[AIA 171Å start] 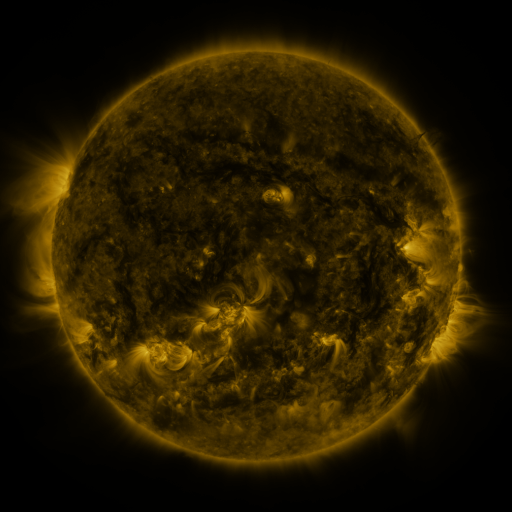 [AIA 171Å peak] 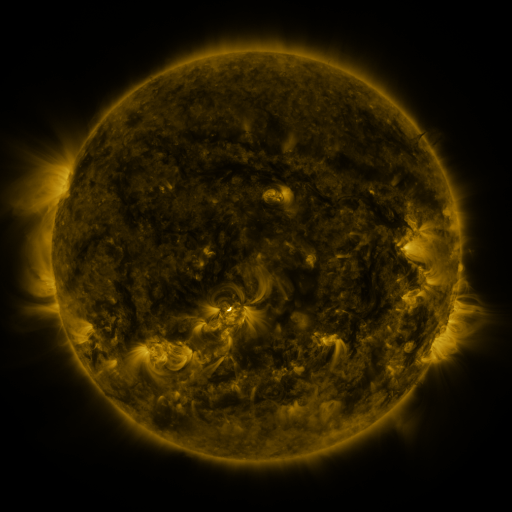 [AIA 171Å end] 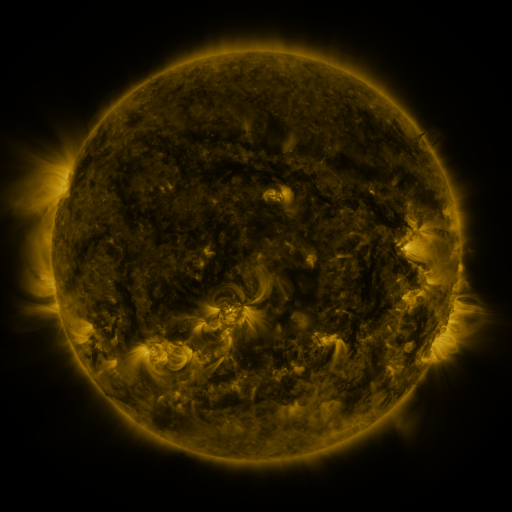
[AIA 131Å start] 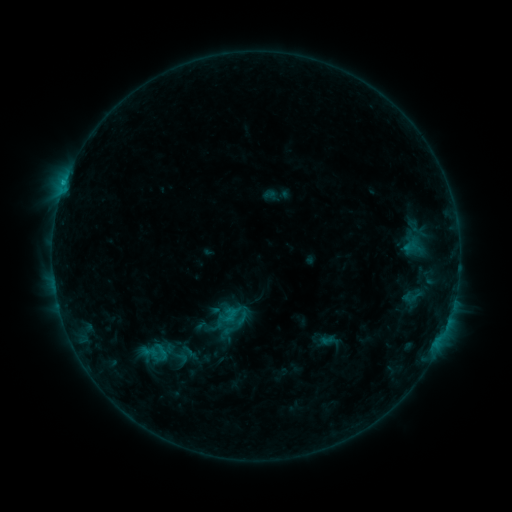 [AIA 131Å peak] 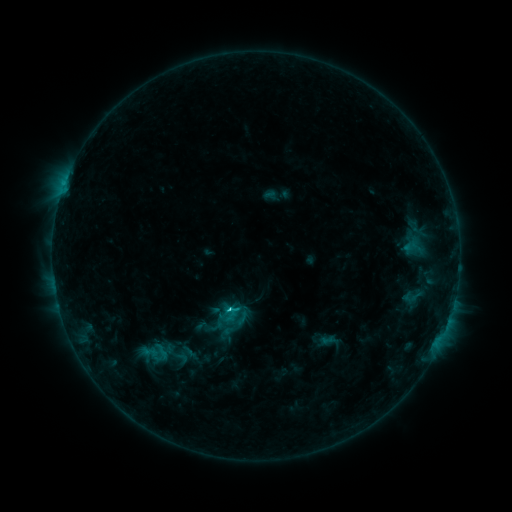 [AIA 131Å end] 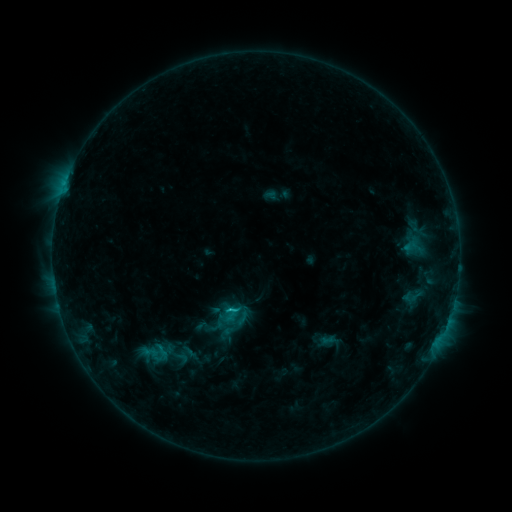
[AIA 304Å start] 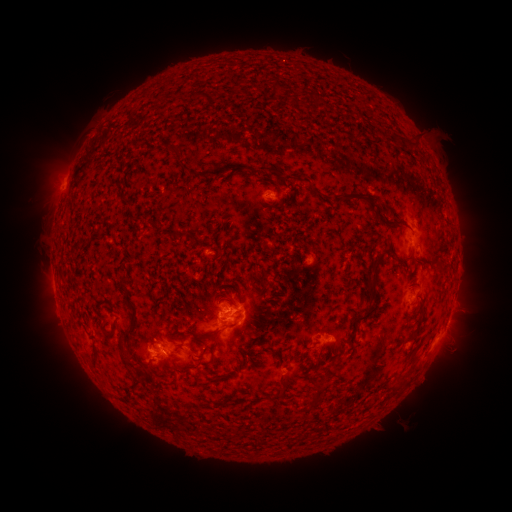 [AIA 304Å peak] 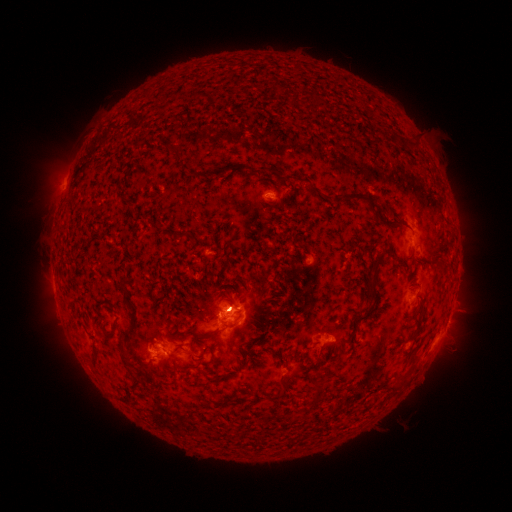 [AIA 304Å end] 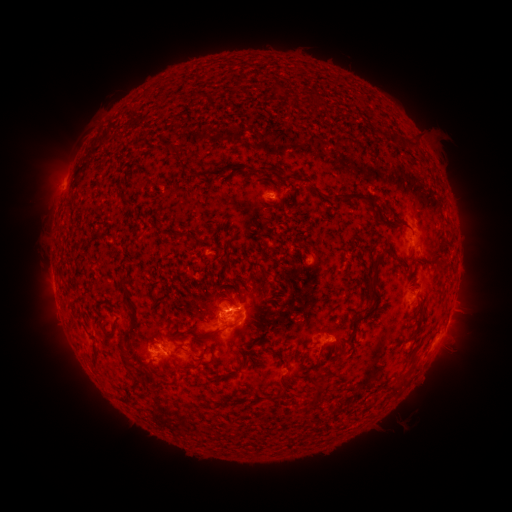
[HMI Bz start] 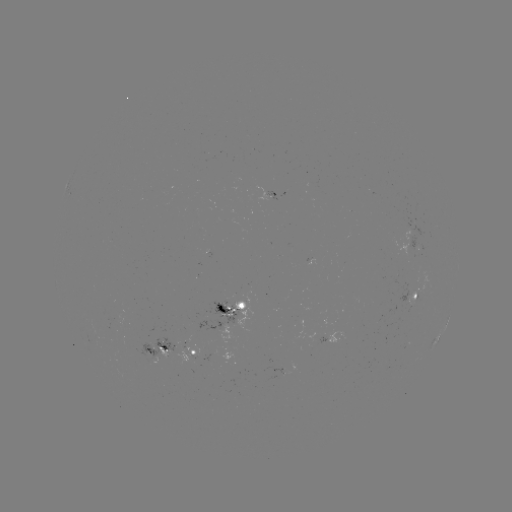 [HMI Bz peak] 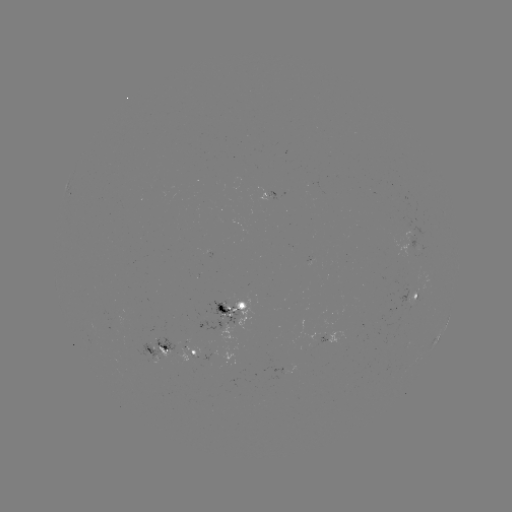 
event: eruption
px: (231, 312)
